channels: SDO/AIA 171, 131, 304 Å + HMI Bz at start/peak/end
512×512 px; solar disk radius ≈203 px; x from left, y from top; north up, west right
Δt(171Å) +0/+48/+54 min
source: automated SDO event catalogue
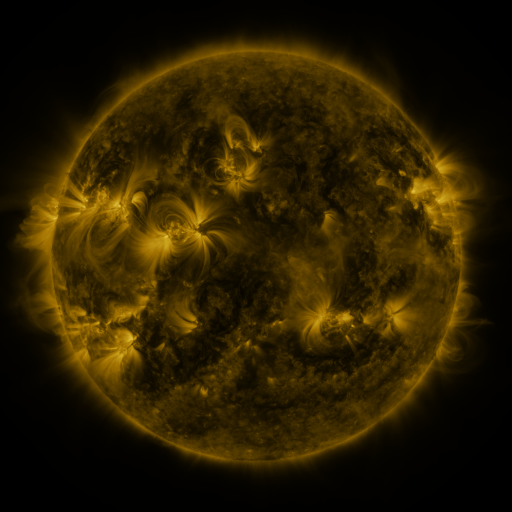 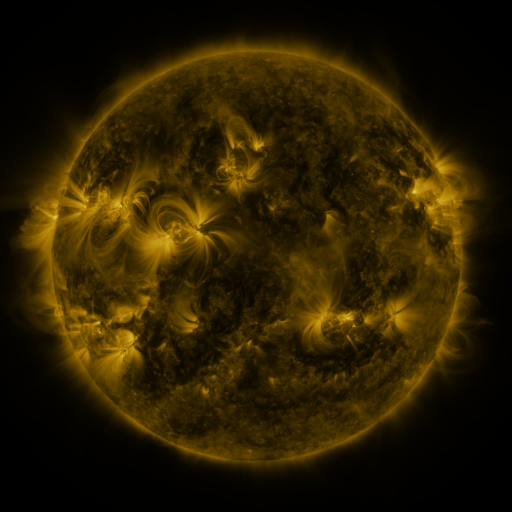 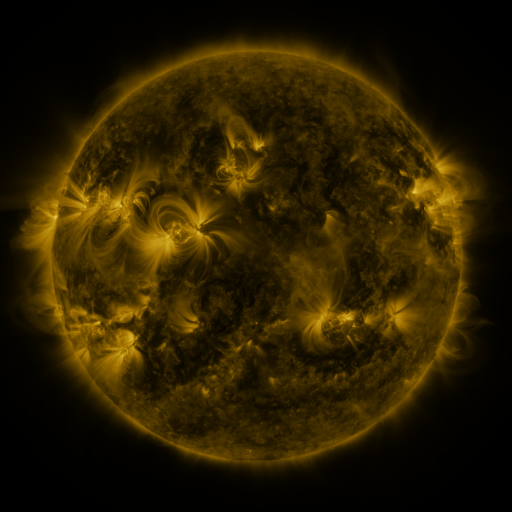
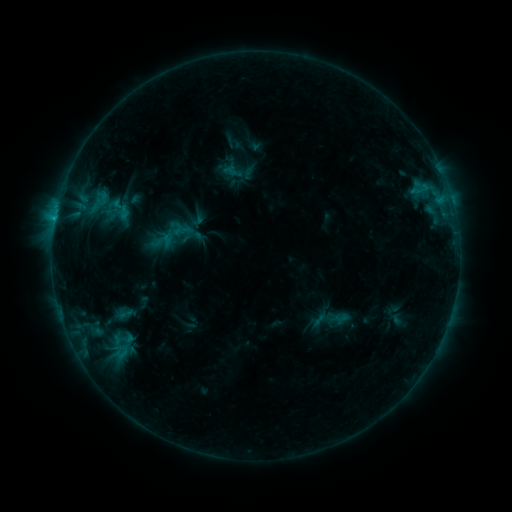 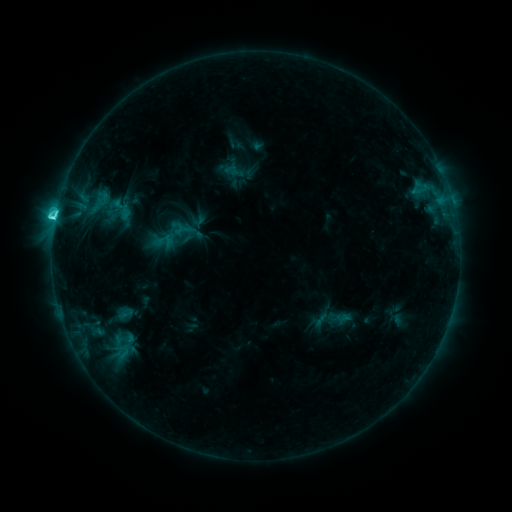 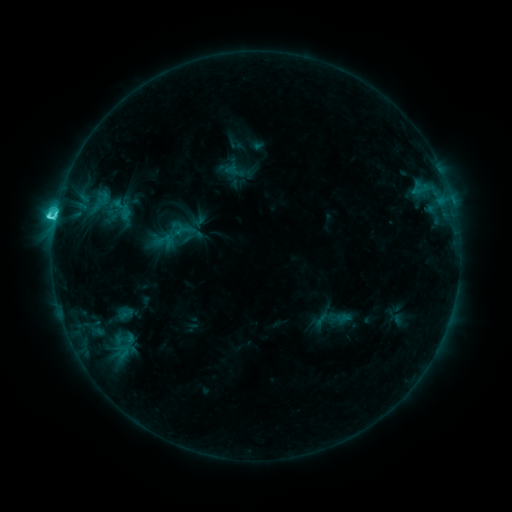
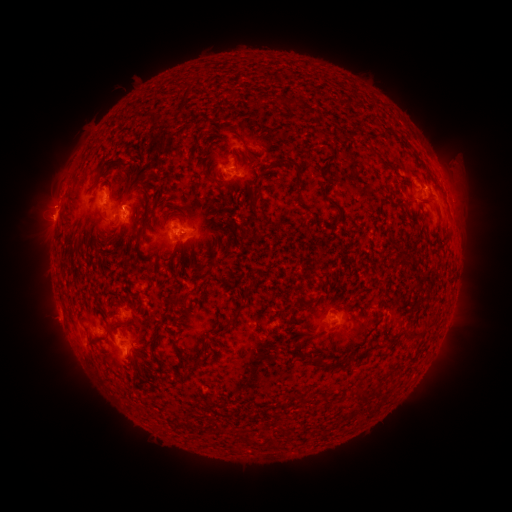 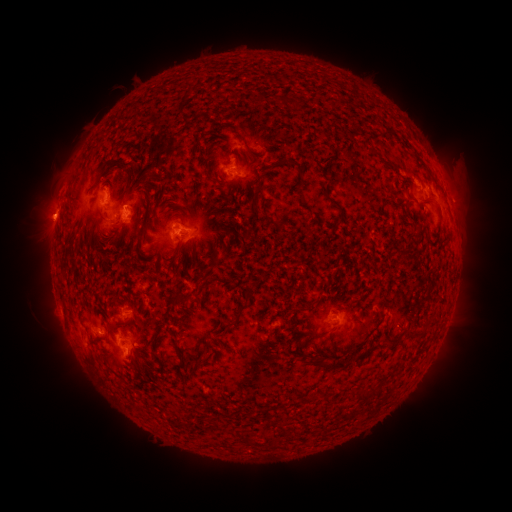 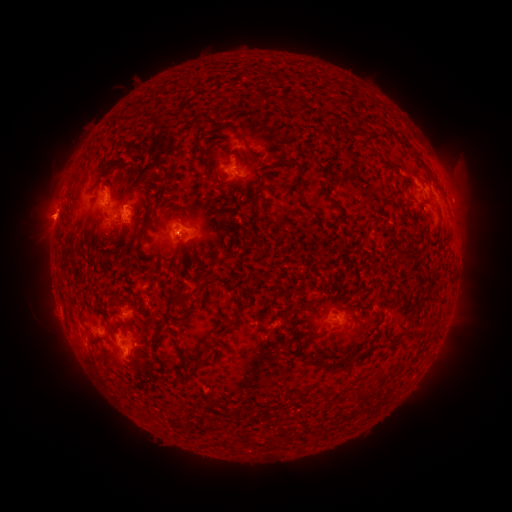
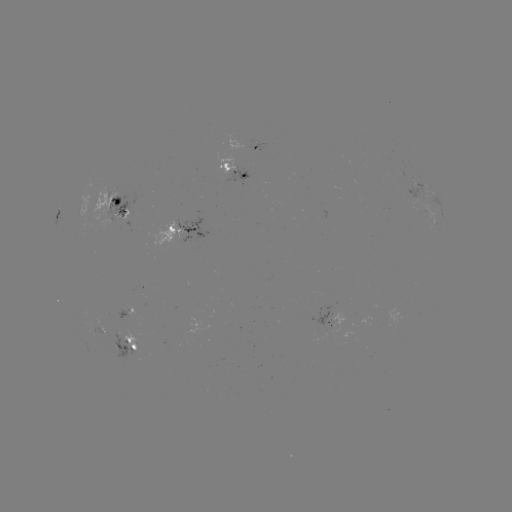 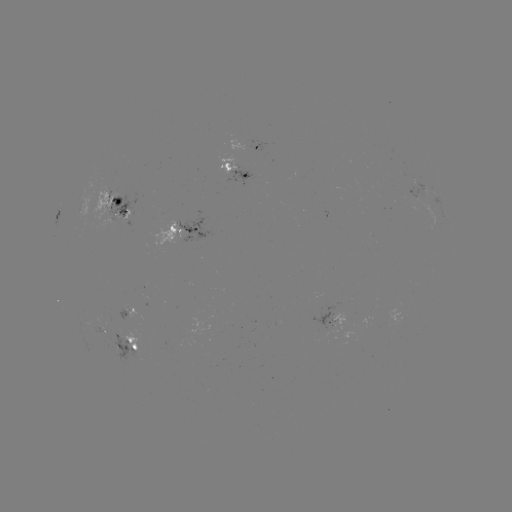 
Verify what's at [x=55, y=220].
C5.3 flare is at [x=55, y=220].